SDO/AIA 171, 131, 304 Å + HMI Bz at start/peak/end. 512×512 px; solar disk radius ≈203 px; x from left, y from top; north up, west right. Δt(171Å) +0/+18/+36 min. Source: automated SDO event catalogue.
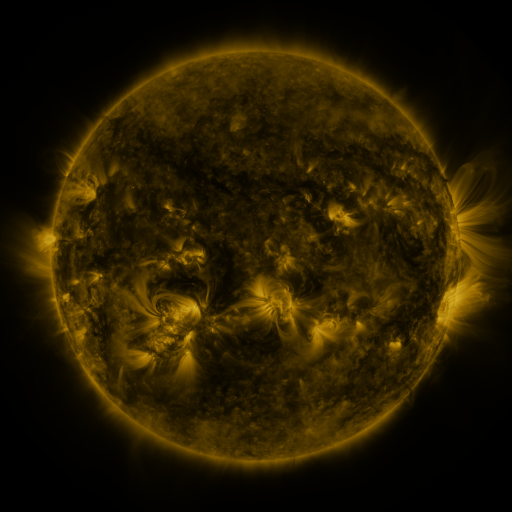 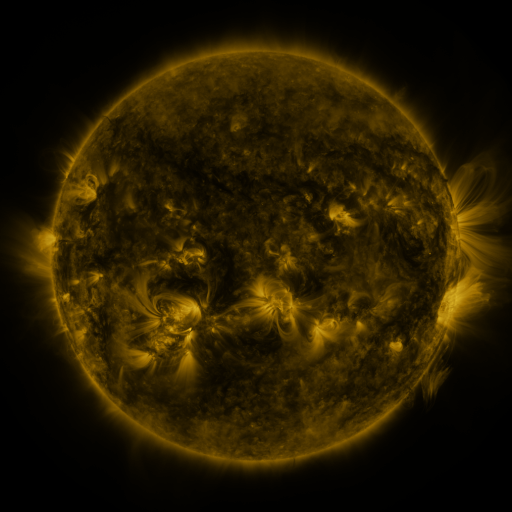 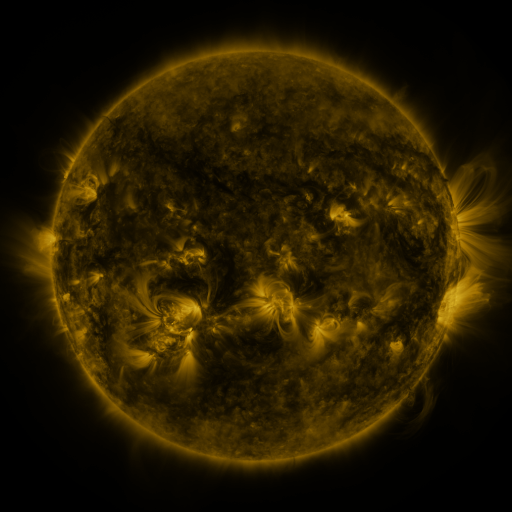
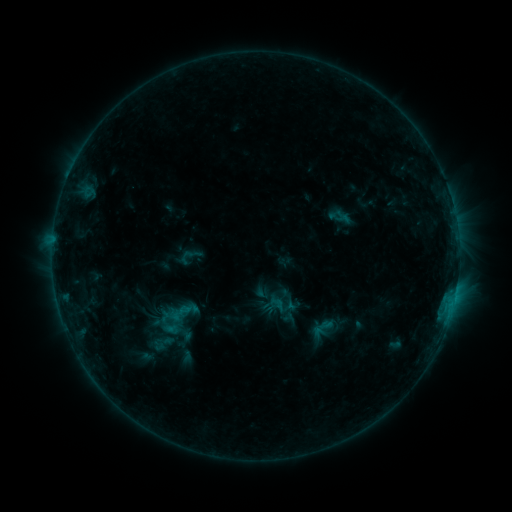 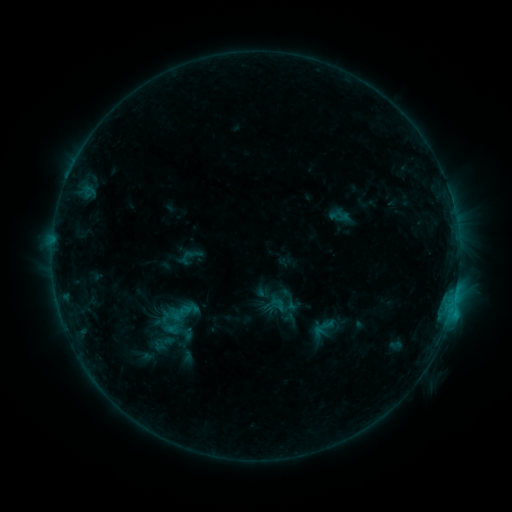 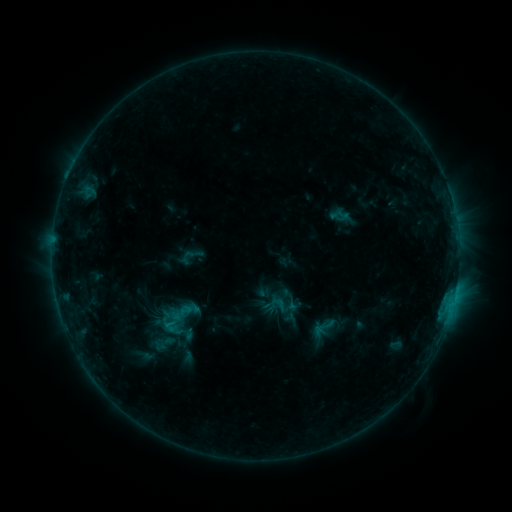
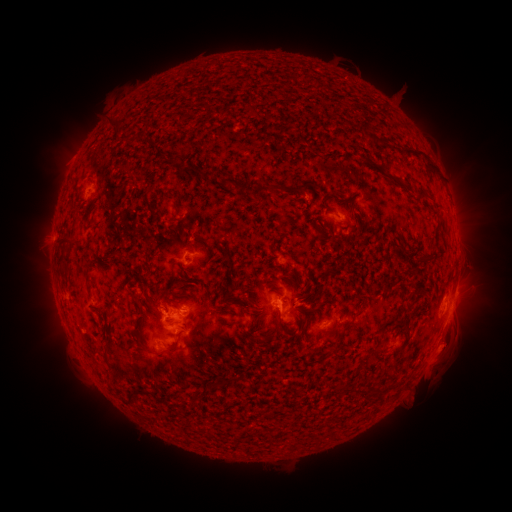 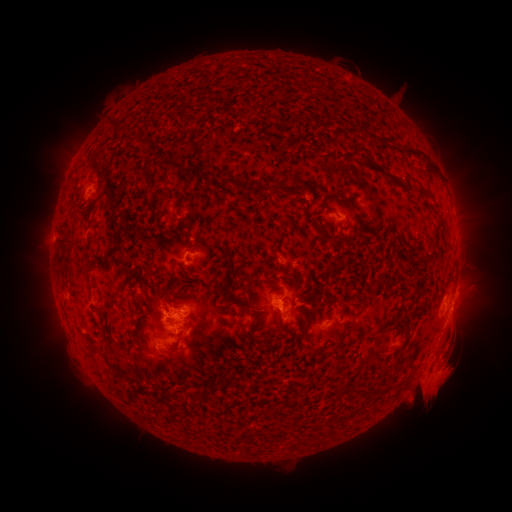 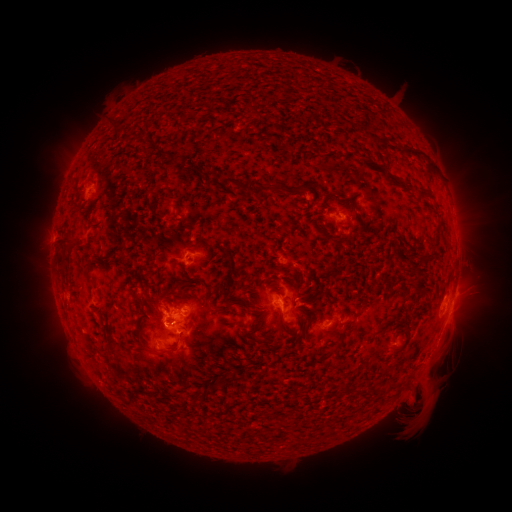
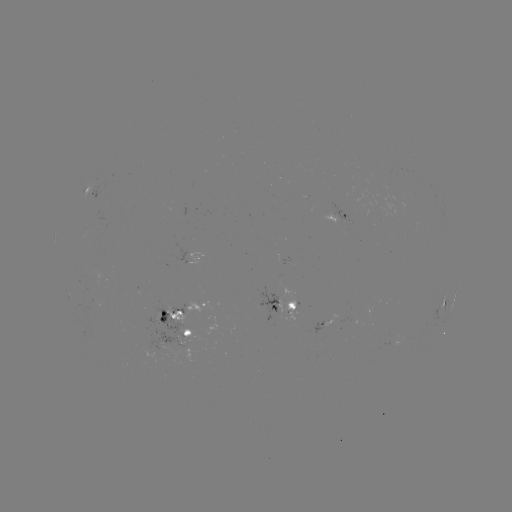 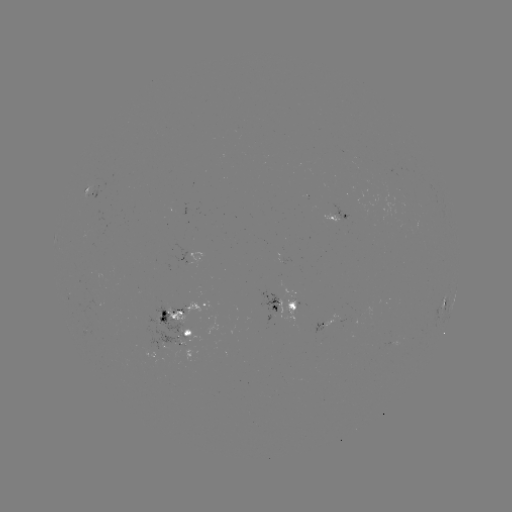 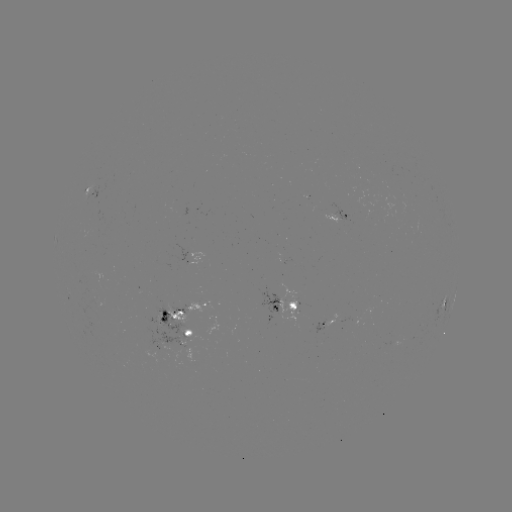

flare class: C1.0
